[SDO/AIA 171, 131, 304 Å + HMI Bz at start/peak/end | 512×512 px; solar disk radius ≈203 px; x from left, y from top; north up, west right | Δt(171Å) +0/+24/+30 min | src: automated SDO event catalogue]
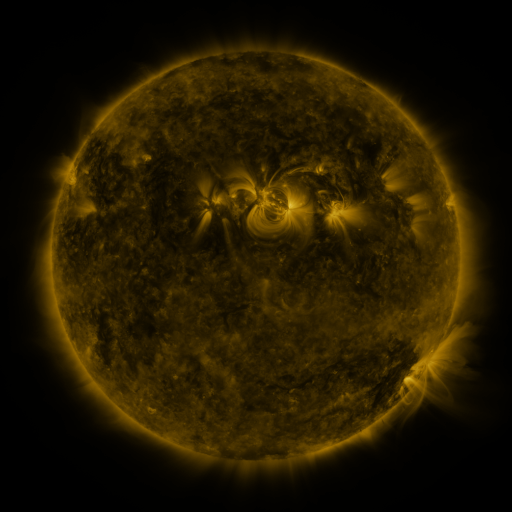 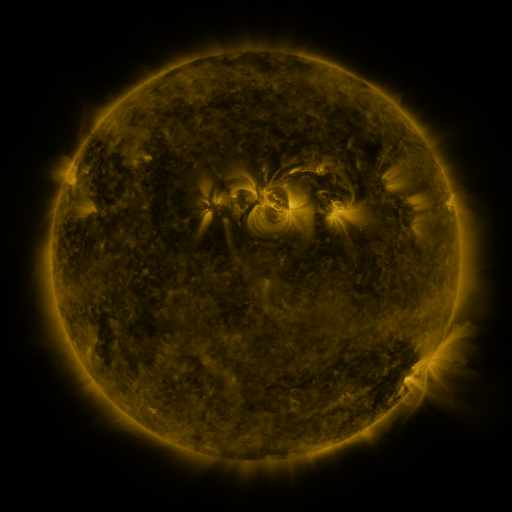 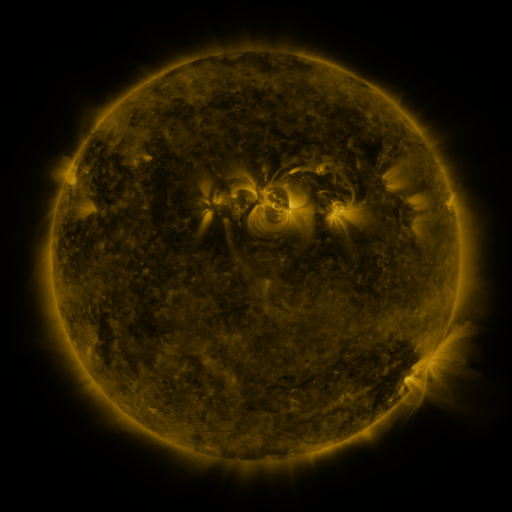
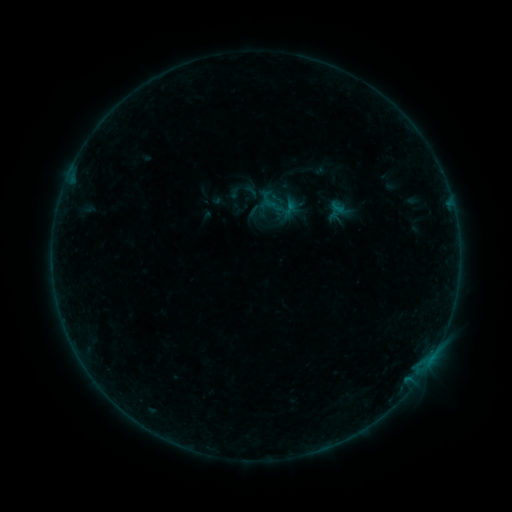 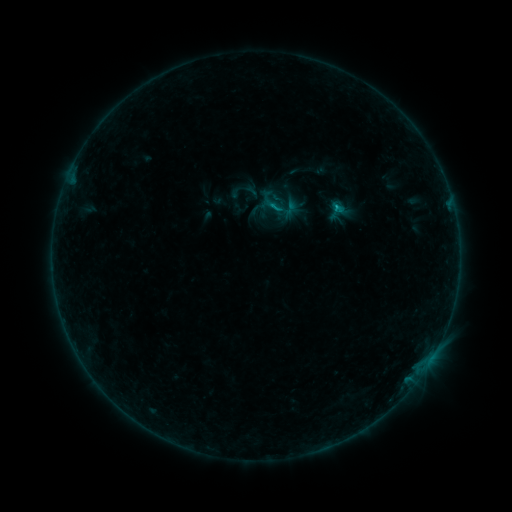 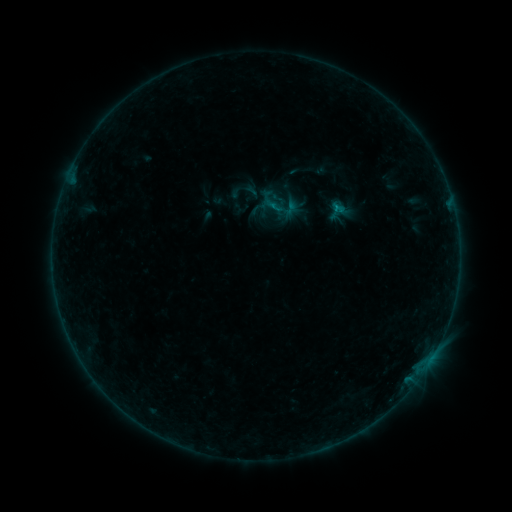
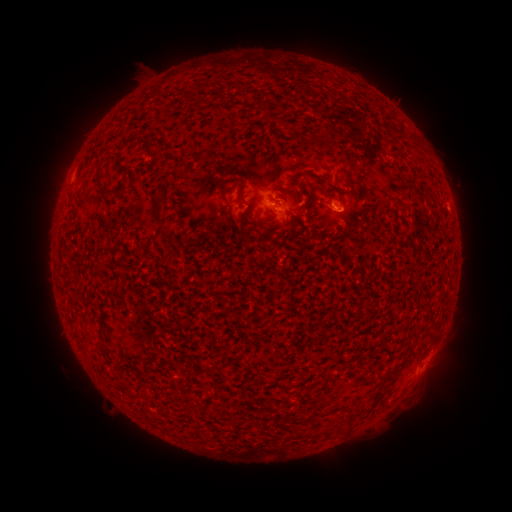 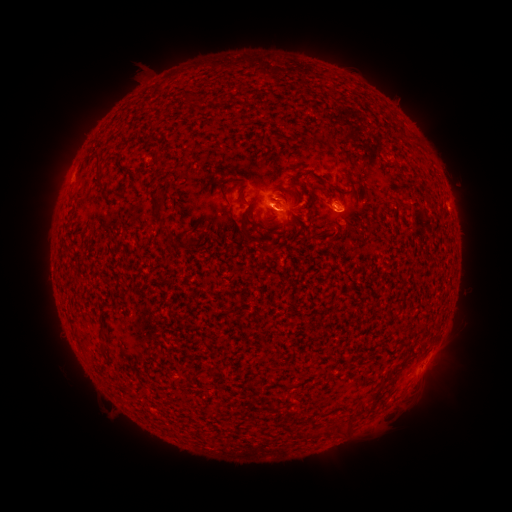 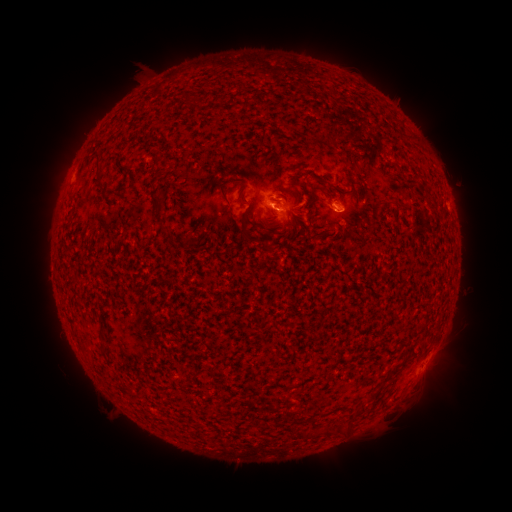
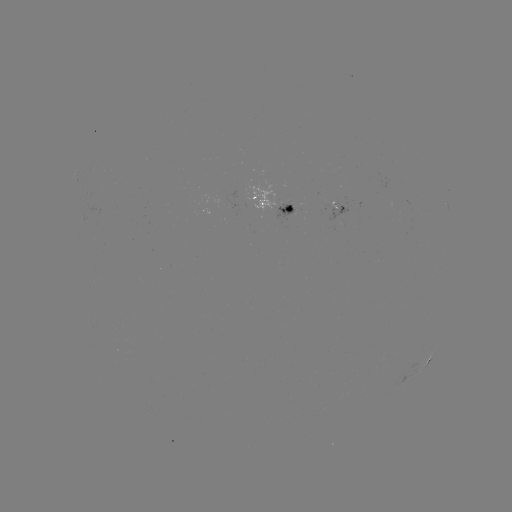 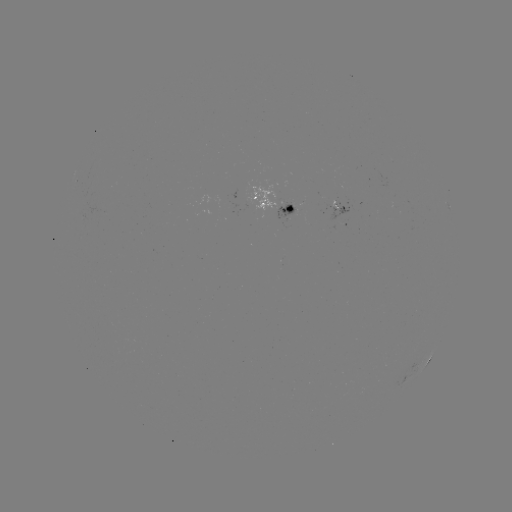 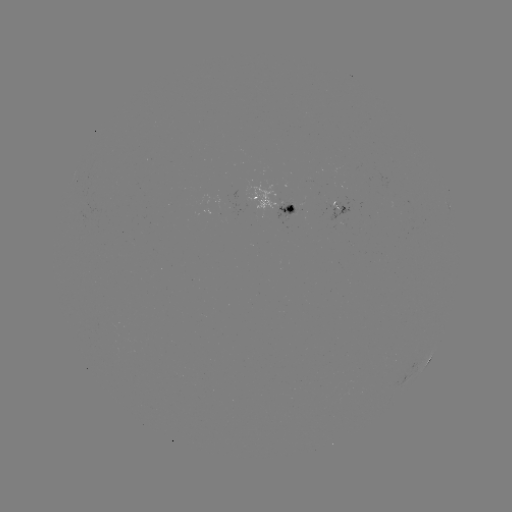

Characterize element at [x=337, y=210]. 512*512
B5.2 flare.